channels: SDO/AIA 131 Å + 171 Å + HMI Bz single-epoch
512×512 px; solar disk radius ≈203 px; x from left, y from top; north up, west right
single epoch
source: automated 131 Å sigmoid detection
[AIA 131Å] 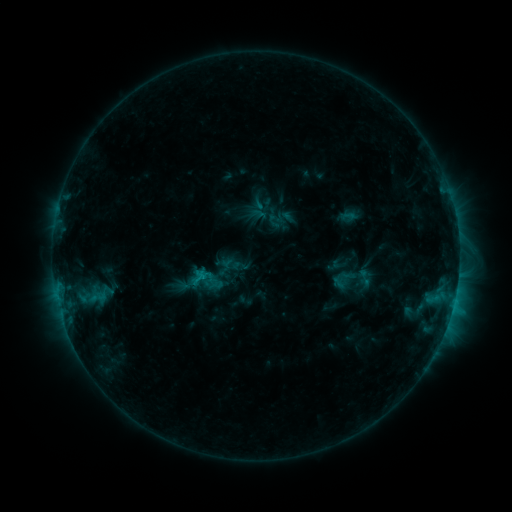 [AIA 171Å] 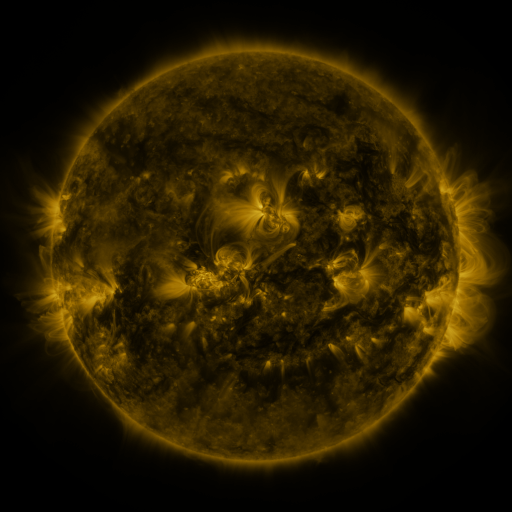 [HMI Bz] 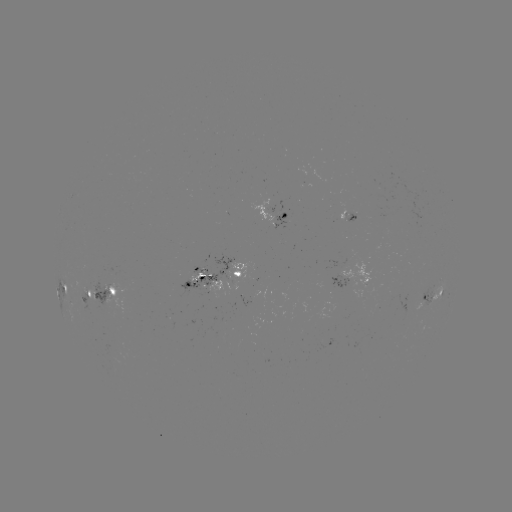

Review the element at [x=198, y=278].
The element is sigmoid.